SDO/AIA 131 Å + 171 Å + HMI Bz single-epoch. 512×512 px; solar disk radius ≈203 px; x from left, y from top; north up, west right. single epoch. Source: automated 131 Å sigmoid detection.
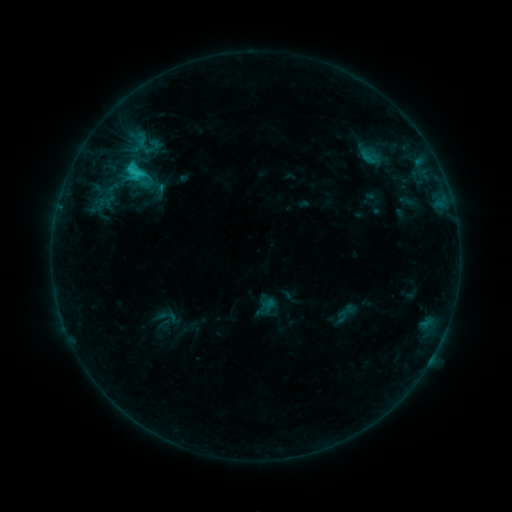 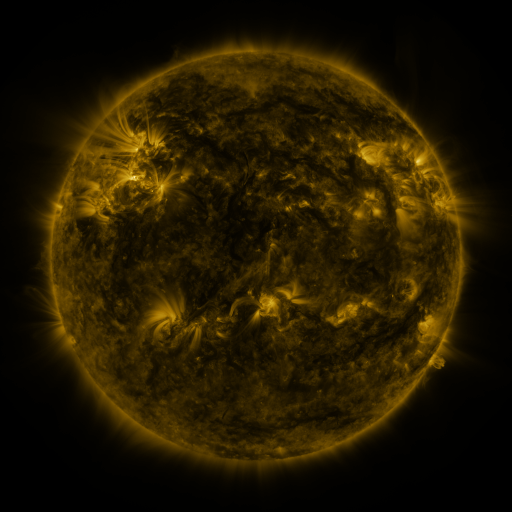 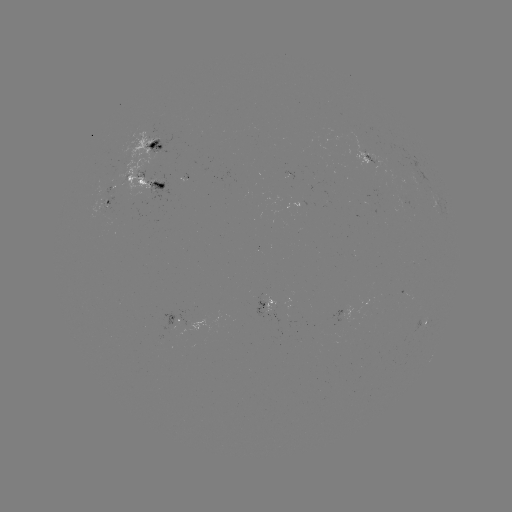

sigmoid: <bbox>351, 142, 390, 170</bbox>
